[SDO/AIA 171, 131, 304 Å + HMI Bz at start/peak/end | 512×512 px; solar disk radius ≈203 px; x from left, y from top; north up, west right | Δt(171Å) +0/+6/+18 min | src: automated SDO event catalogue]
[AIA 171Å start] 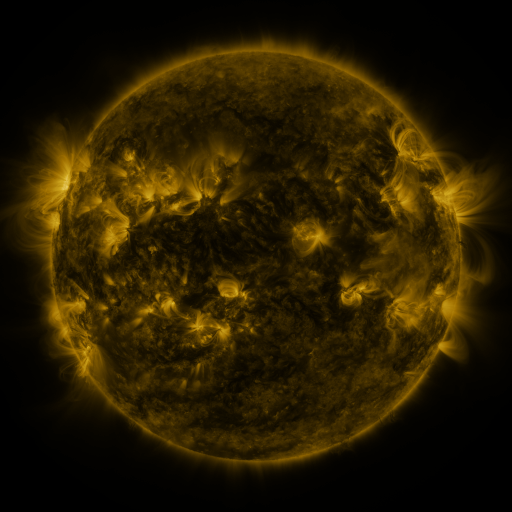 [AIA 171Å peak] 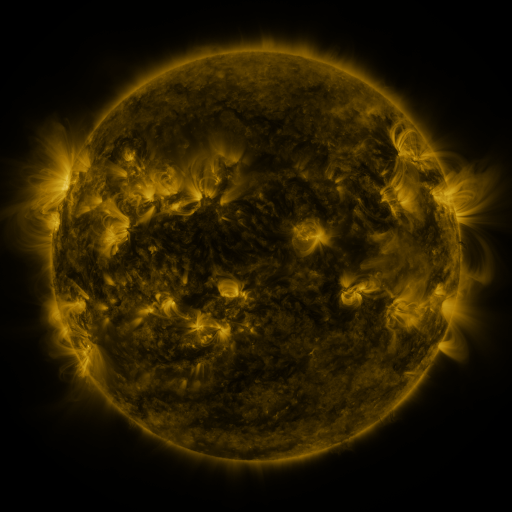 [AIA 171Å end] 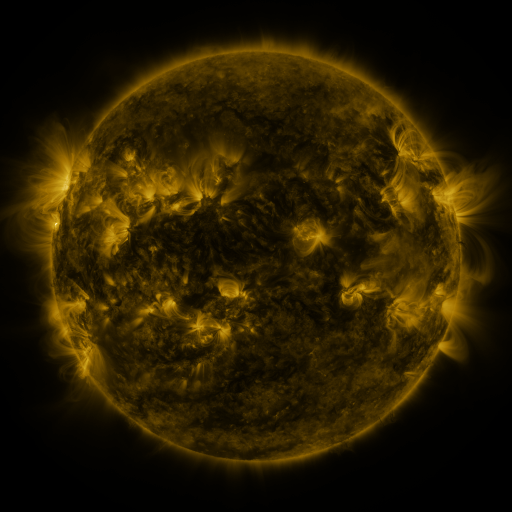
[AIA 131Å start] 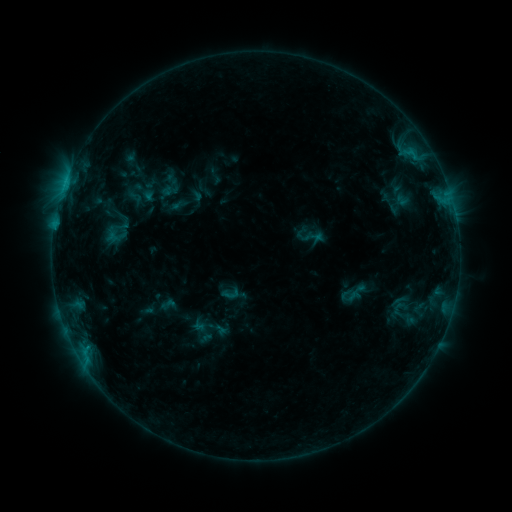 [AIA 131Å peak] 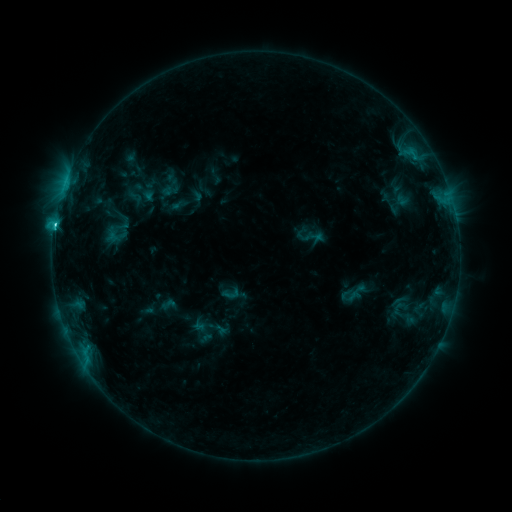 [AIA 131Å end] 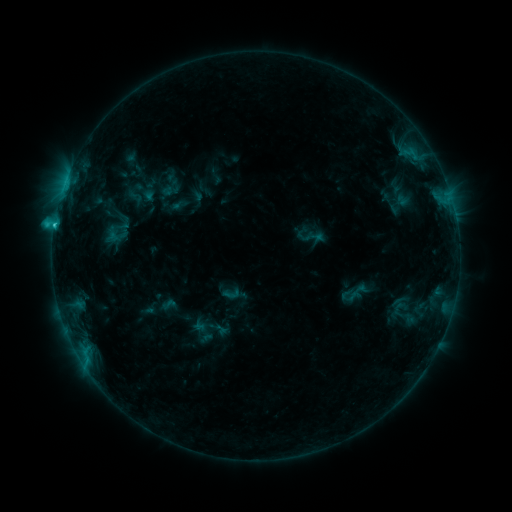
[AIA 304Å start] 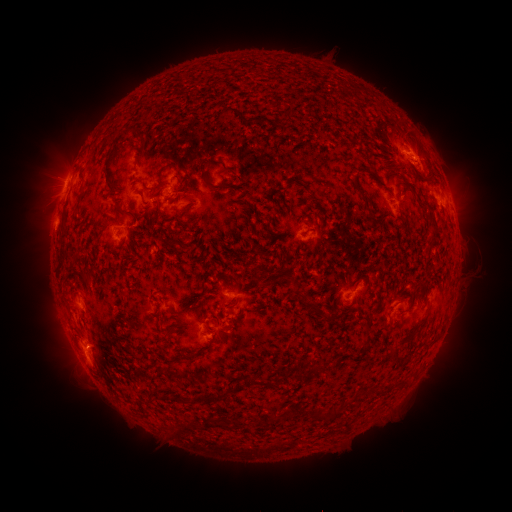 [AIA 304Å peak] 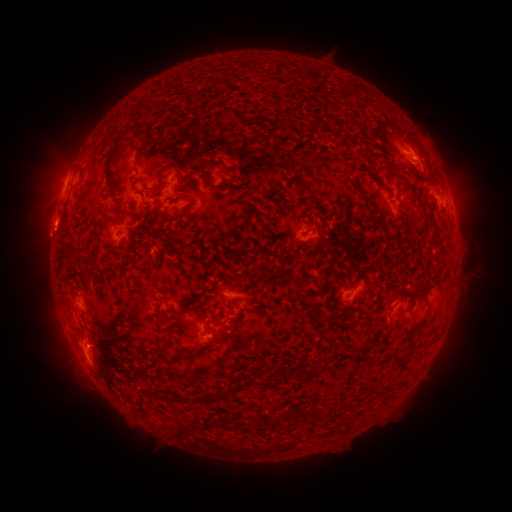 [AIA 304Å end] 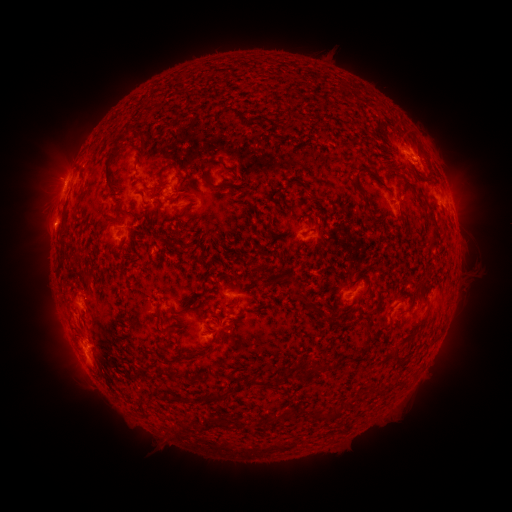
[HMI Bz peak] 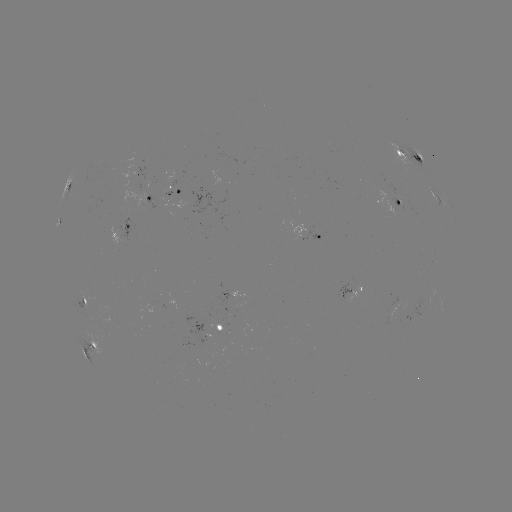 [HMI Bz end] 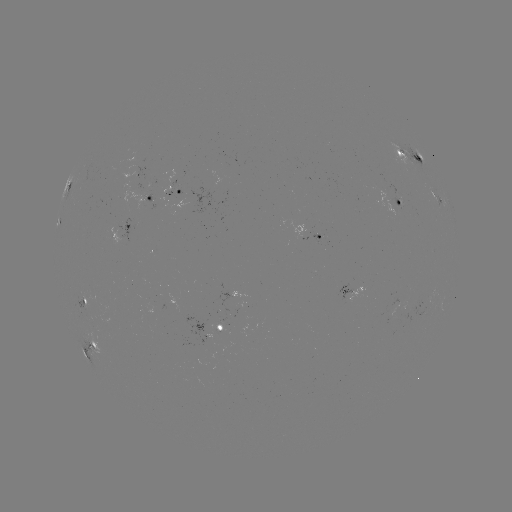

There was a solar flare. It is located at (54, 227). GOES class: C2.1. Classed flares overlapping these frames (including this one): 1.